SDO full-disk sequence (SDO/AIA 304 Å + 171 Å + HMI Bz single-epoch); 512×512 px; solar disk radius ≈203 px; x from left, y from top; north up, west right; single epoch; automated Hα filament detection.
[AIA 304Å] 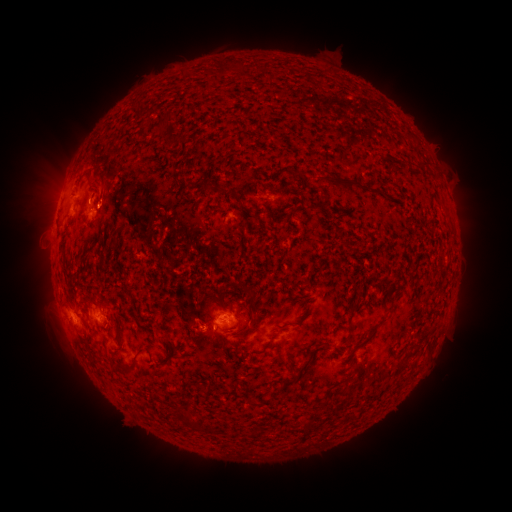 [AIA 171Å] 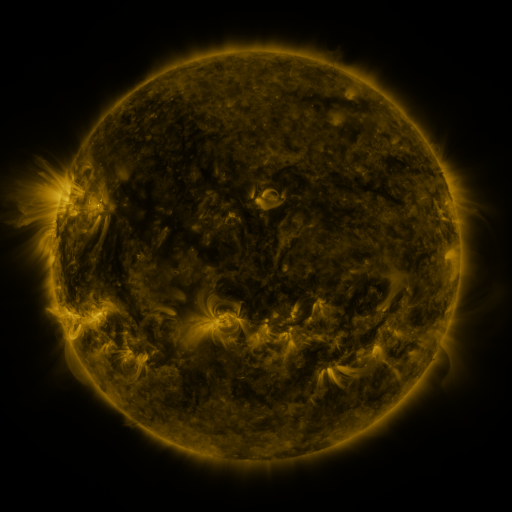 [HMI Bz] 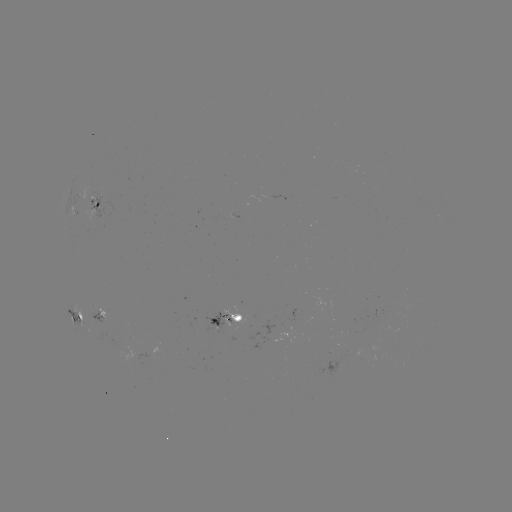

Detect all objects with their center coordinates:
filament: <bbox>160, 119, 169, 129</bbox>
filament: <bbox>416, 160, 431, 171</bbox>
filament: <bbox>323, 176, 362, 190</bbox>
filament: <bbox>243, 316, 254, 335</bbox>
filament: <bbox>115, 323, 121, 336</bbox>
filament: <bbox>358, 332, 375, 348</bbox>
filament: <bbox>295, 348, 318, 375</bbox>
filament: <bbox>280, 380, 293, 390</bbox>
